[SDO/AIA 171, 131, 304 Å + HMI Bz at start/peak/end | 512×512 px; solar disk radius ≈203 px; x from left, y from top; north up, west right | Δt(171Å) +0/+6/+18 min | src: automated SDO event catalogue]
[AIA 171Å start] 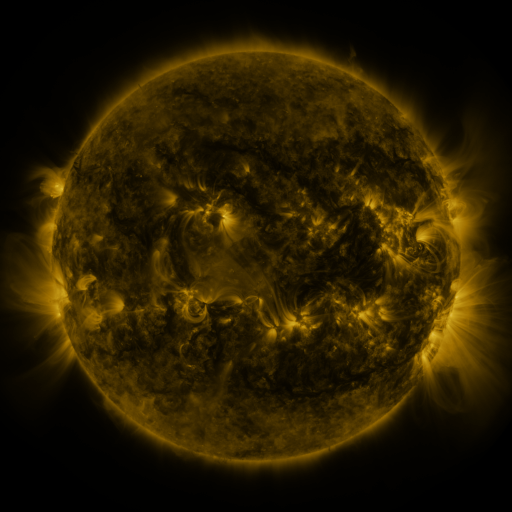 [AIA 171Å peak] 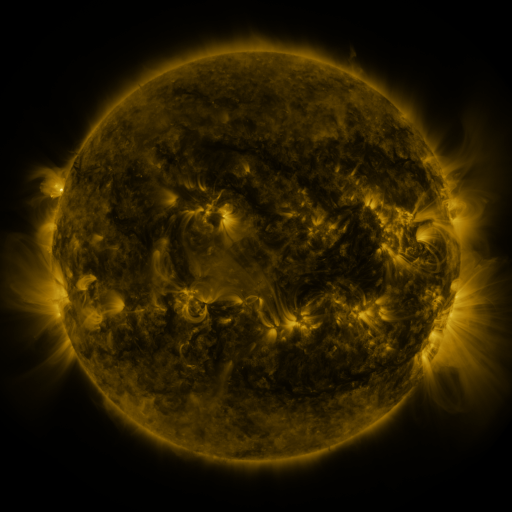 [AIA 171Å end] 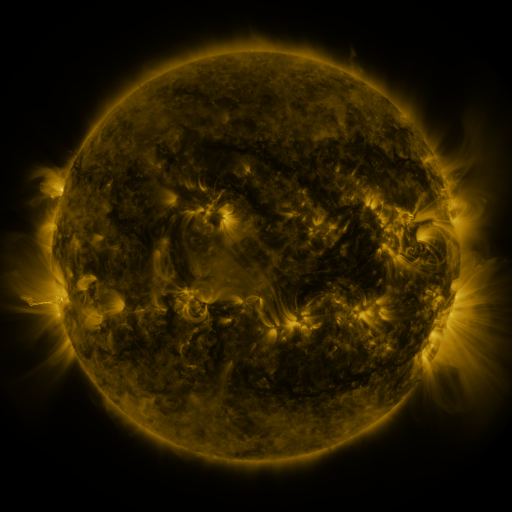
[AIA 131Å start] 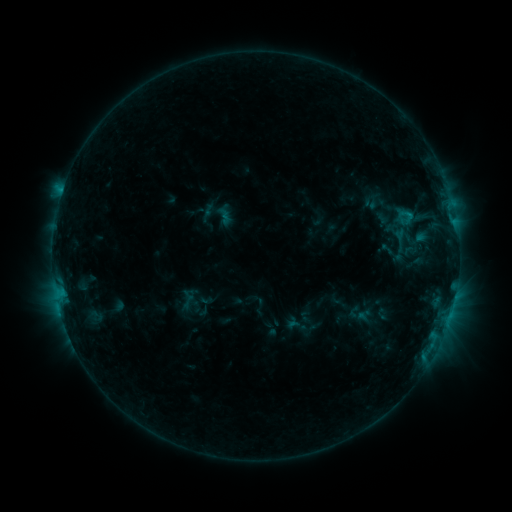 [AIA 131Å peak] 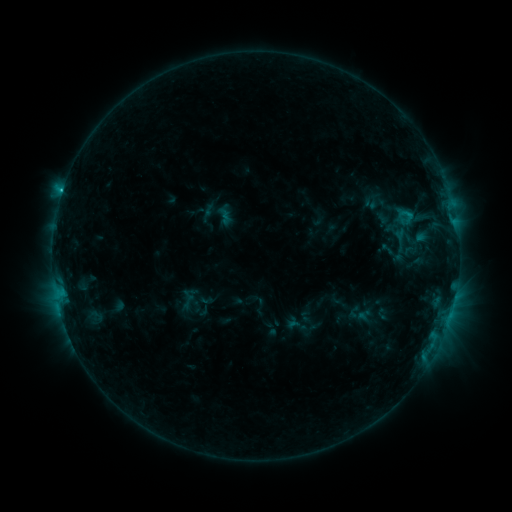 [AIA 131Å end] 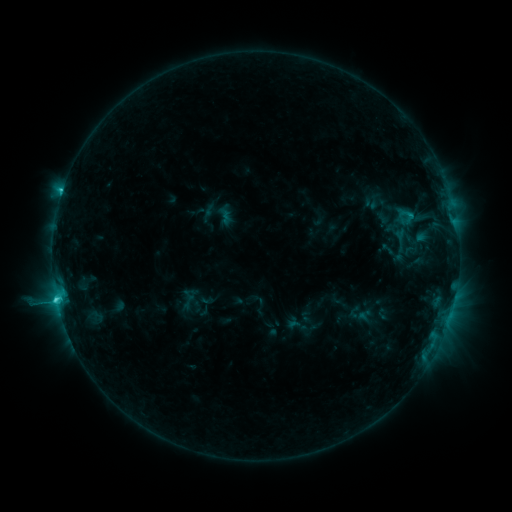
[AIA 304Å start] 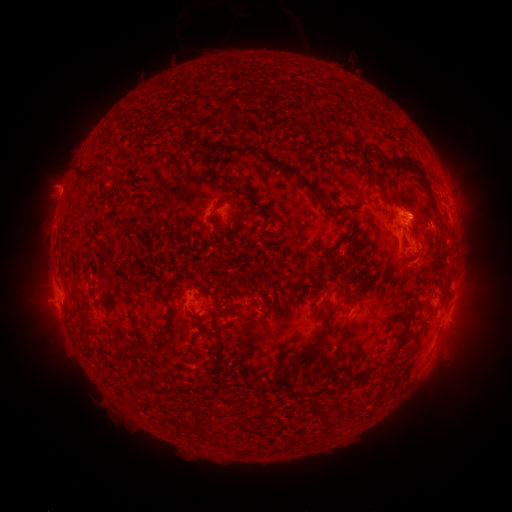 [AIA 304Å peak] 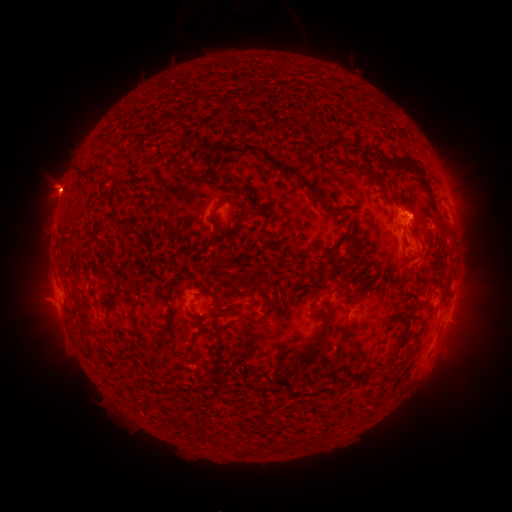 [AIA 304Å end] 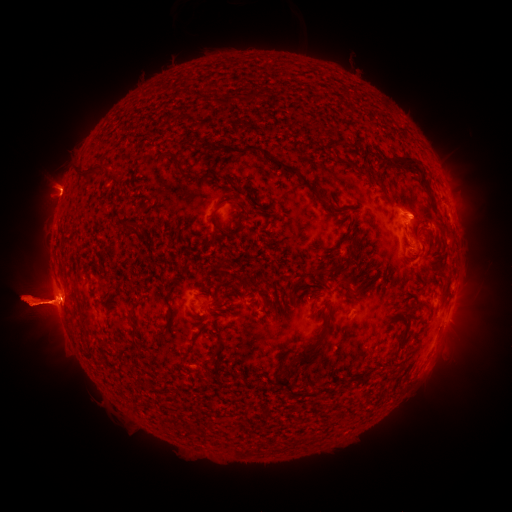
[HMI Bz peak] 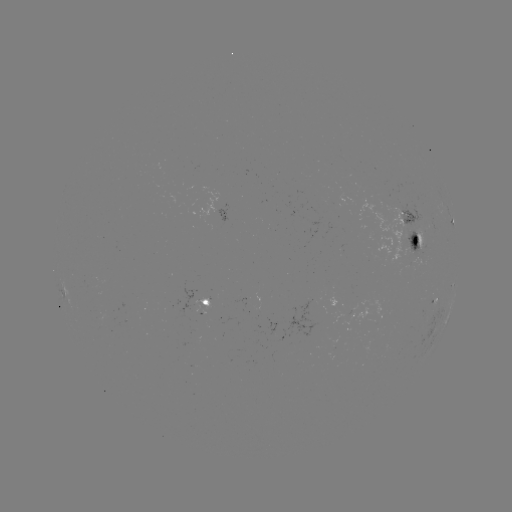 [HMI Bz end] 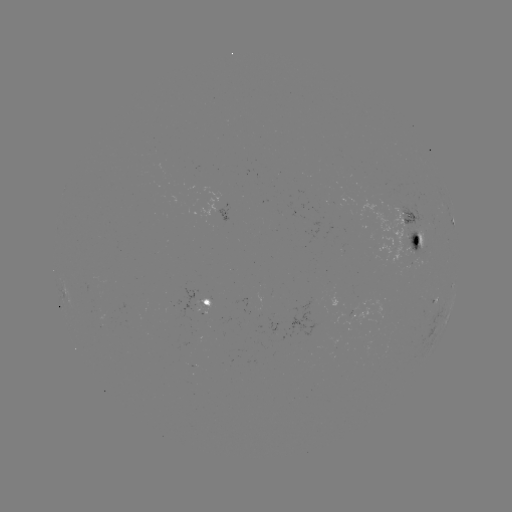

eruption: (0, 212, 141, 376)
